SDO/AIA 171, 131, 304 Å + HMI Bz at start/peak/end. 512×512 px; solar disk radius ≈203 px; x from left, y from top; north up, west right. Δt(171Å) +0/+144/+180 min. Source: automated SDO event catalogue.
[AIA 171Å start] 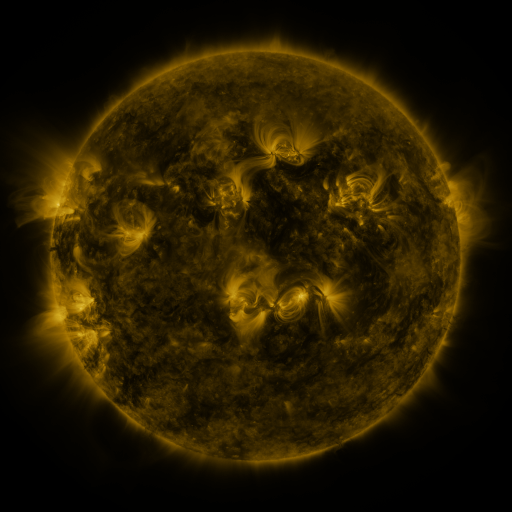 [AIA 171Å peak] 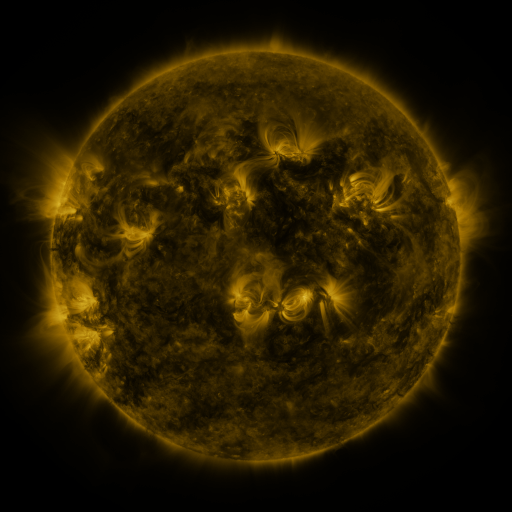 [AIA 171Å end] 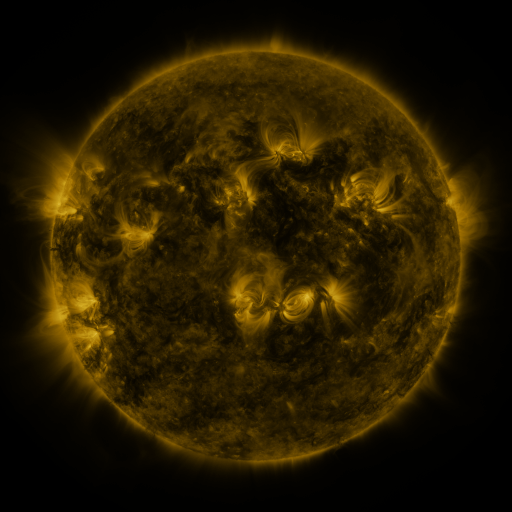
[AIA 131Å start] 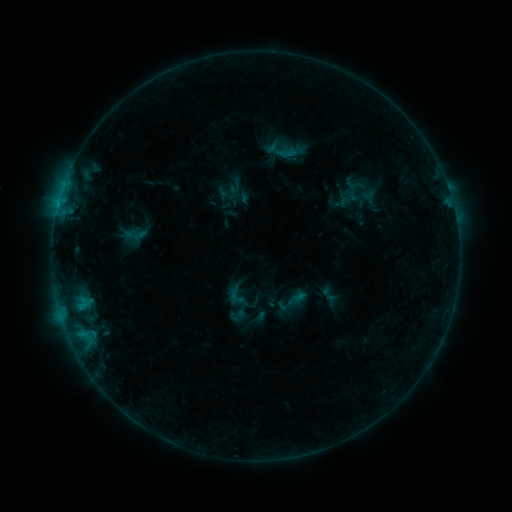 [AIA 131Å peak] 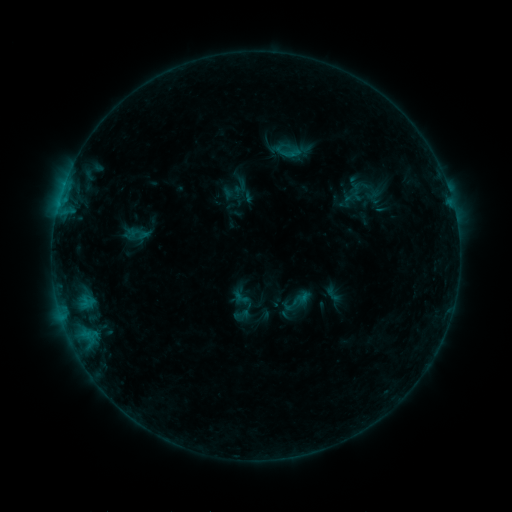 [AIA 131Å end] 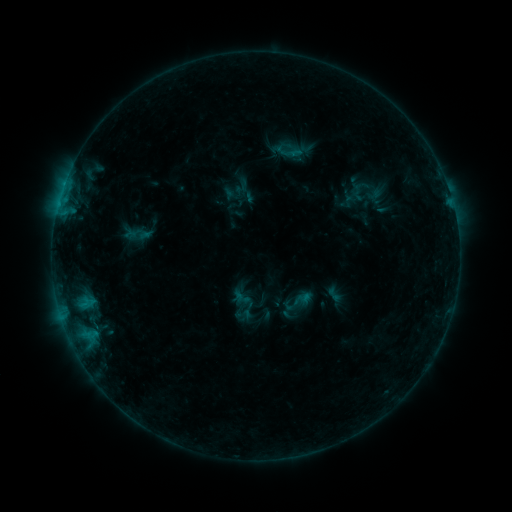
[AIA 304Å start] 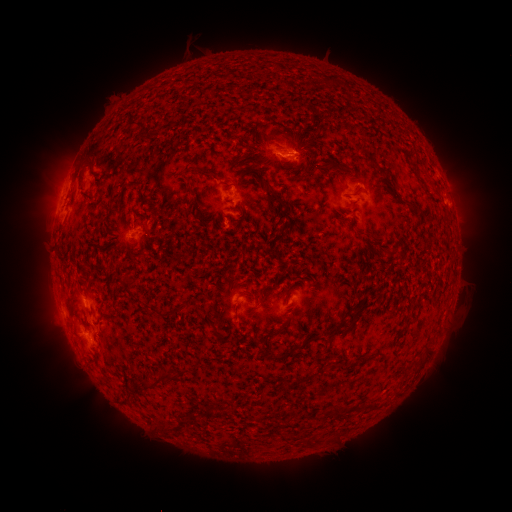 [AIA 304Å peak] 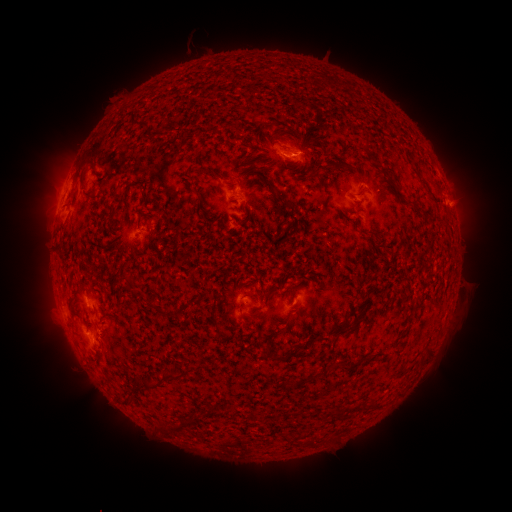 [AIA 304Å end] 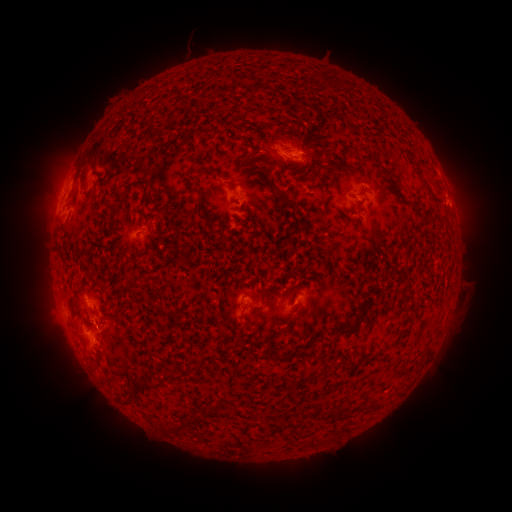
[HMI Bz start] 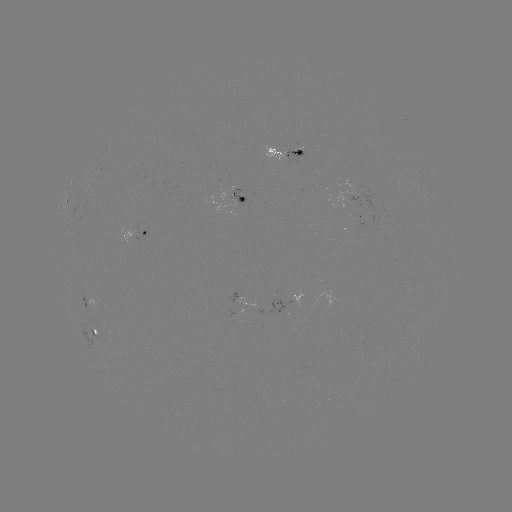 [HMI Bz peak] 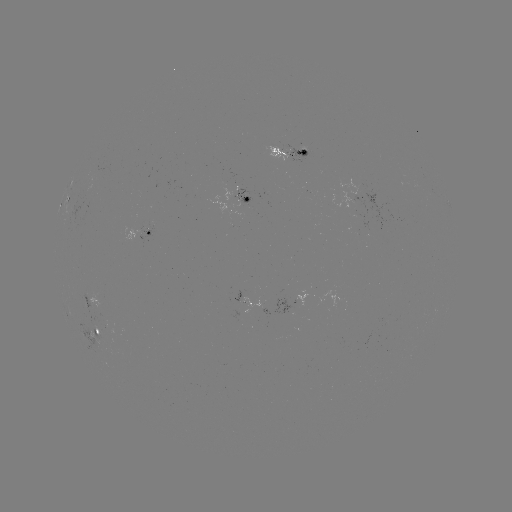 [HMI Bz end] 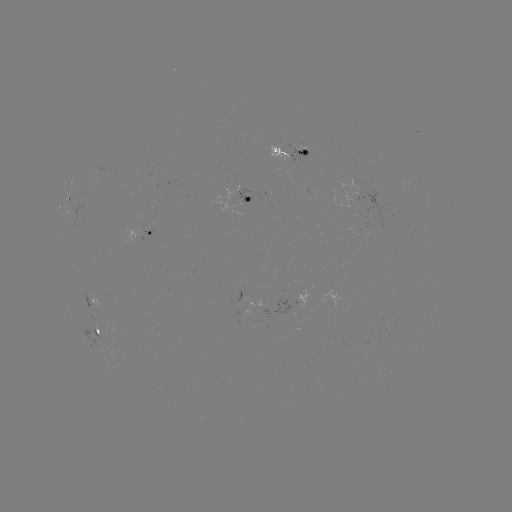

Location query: emerging-flux region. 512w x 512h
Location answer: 357,187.